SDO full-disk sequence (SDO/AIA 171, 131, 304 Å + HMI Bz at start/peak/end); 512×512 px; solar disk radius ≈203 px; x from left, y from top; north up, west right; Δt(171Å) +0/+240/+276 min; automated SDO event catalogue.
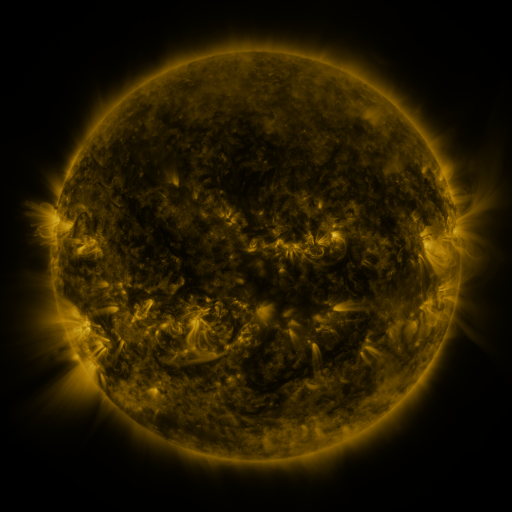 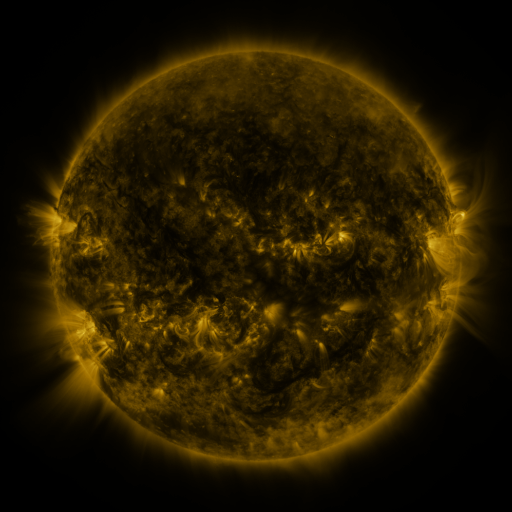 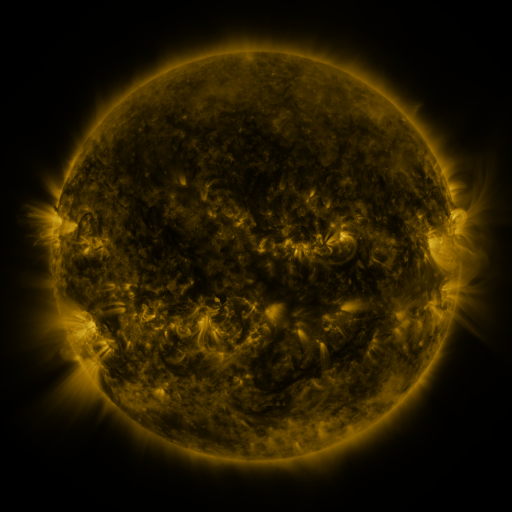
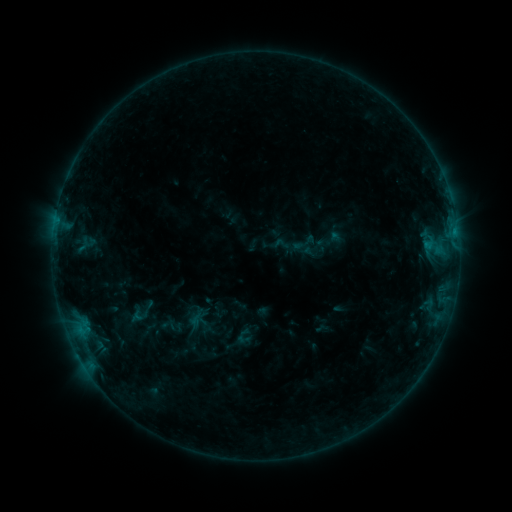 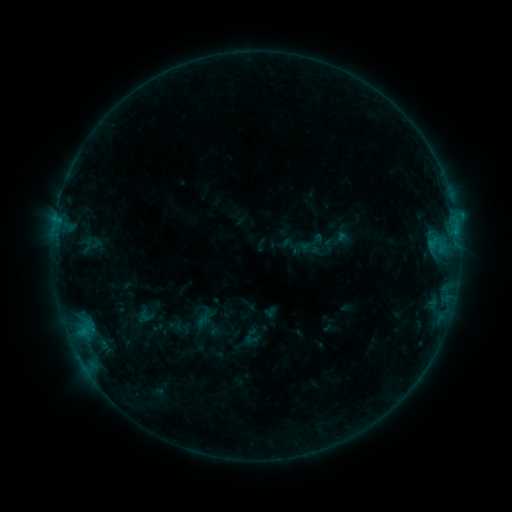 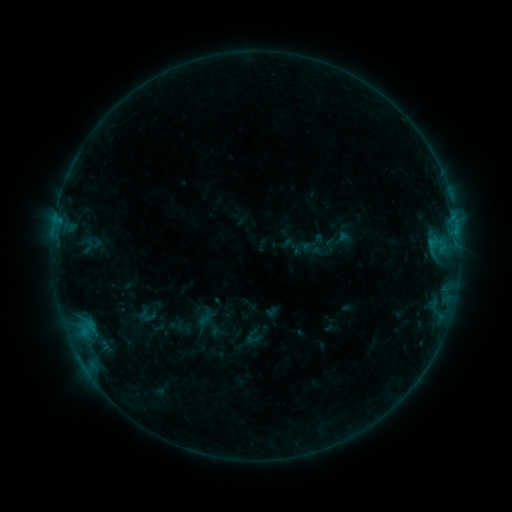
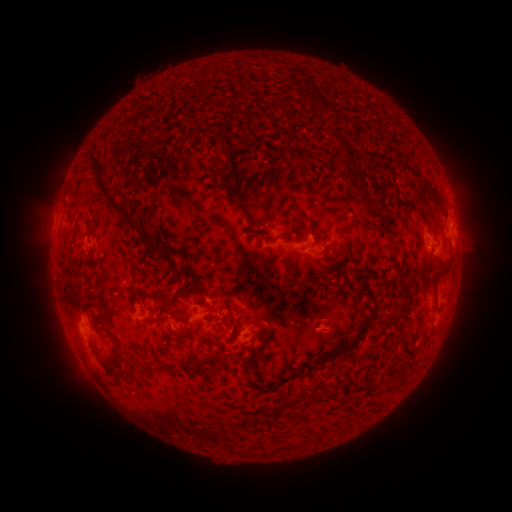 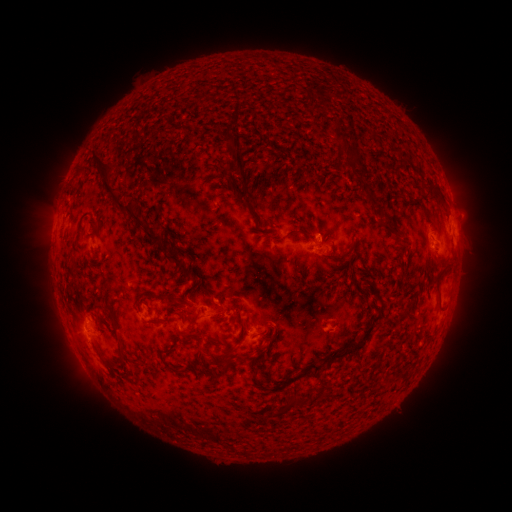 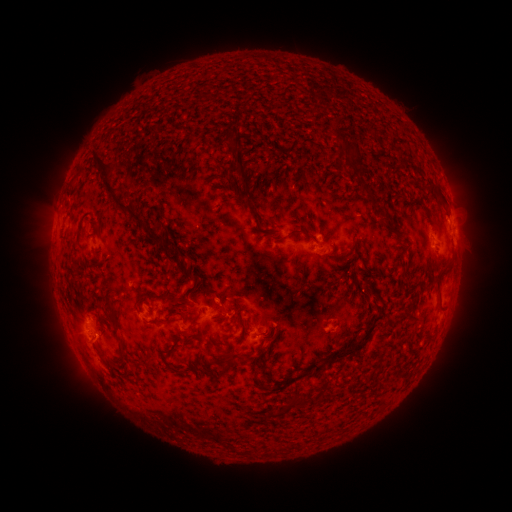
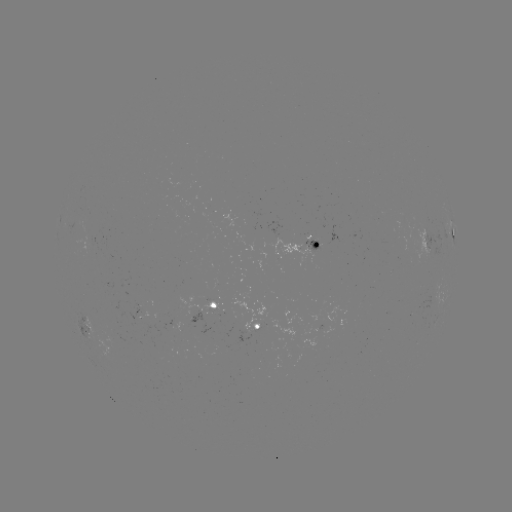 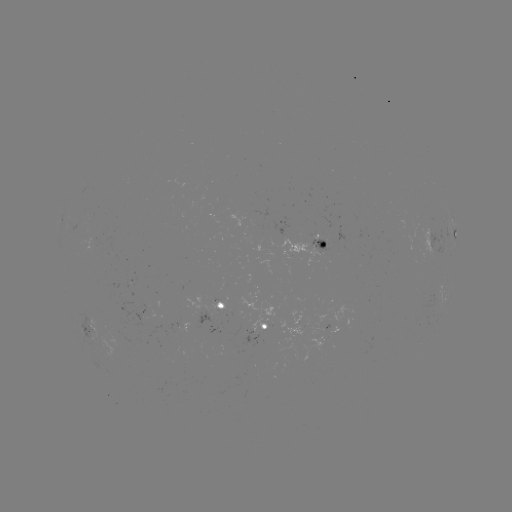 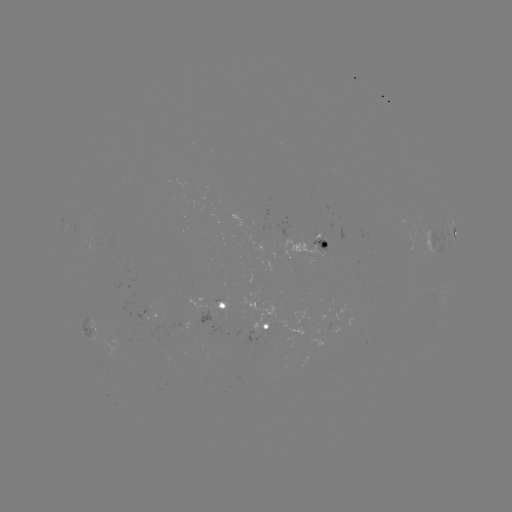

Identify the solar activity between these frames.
emerging-flux region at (324, 244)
